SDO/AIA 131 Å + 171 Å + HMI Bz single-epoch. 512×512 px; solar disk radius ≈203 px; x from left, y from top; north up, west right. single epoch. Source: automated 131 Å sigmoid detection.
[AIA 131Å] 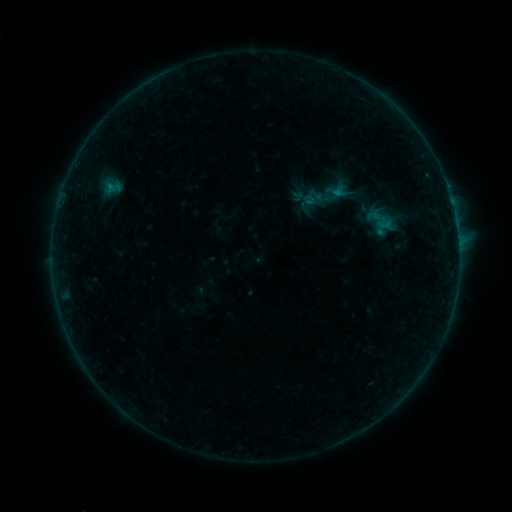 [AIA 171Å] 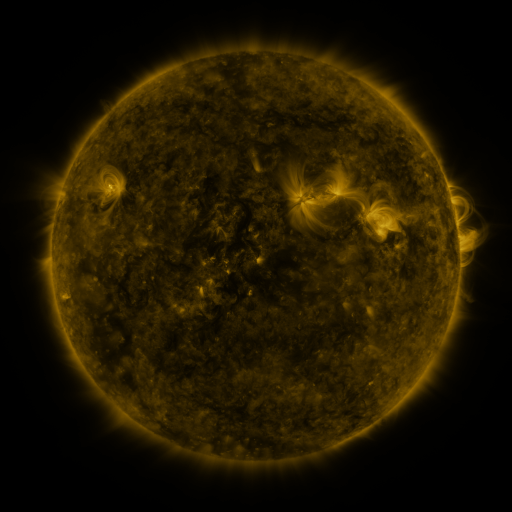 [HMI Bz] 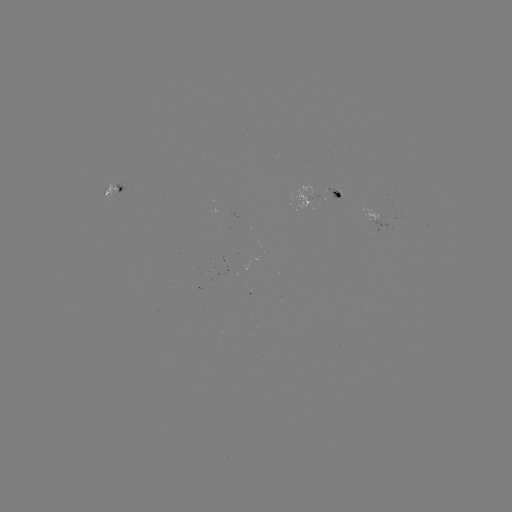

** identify sigmoid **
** (326, 194) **